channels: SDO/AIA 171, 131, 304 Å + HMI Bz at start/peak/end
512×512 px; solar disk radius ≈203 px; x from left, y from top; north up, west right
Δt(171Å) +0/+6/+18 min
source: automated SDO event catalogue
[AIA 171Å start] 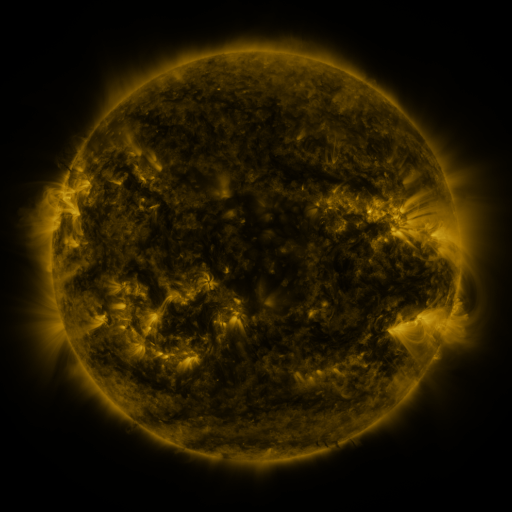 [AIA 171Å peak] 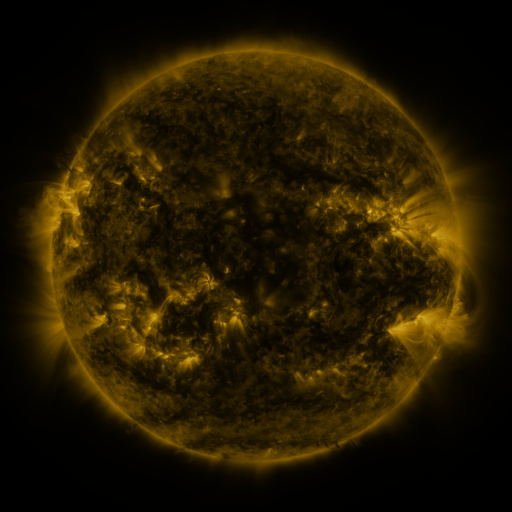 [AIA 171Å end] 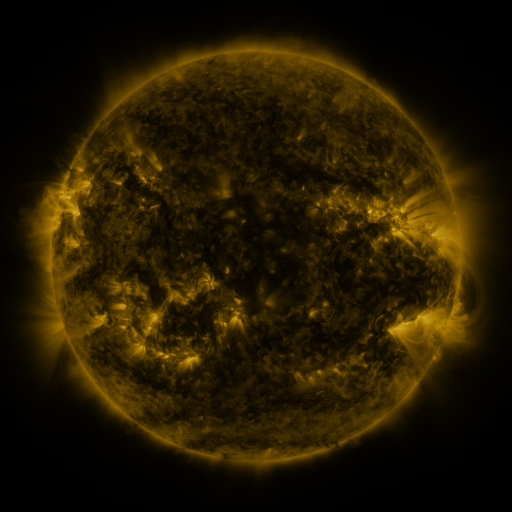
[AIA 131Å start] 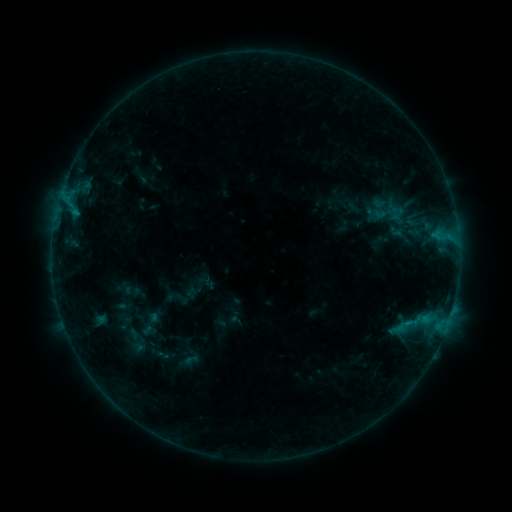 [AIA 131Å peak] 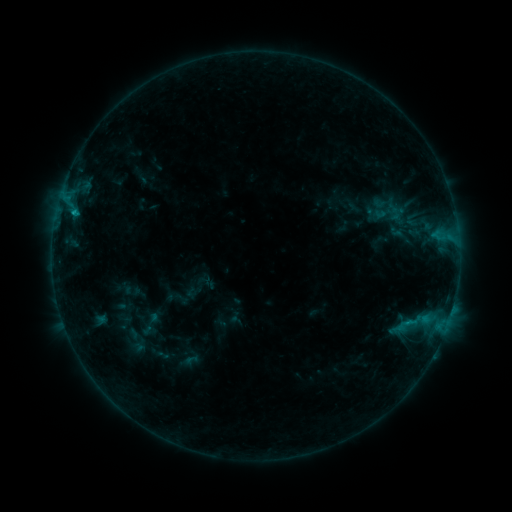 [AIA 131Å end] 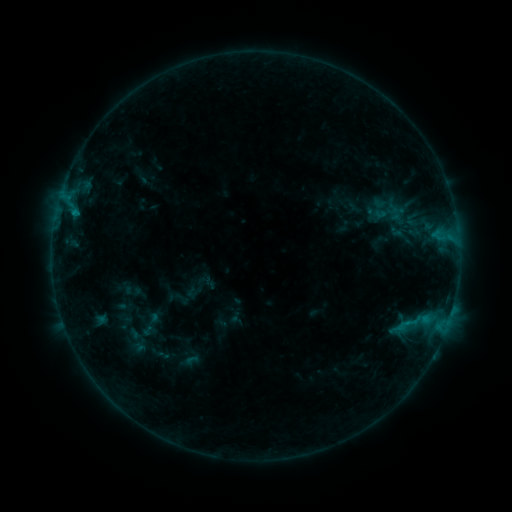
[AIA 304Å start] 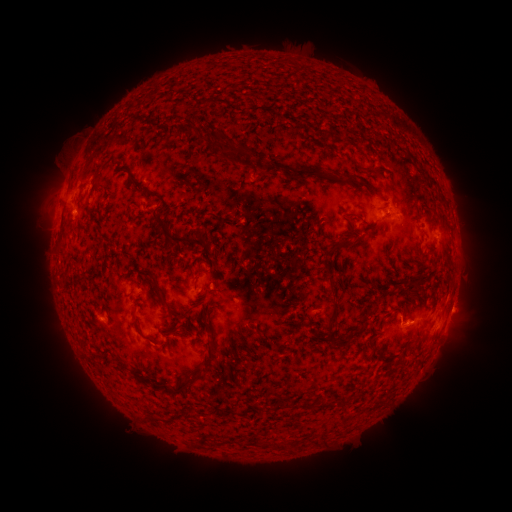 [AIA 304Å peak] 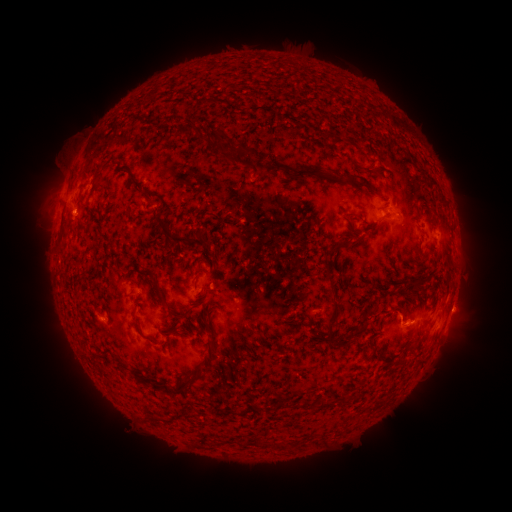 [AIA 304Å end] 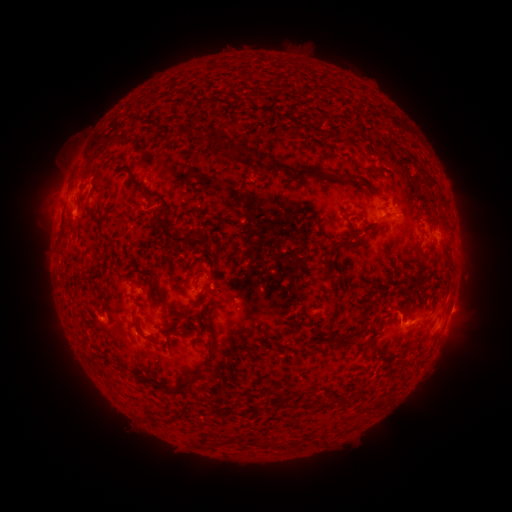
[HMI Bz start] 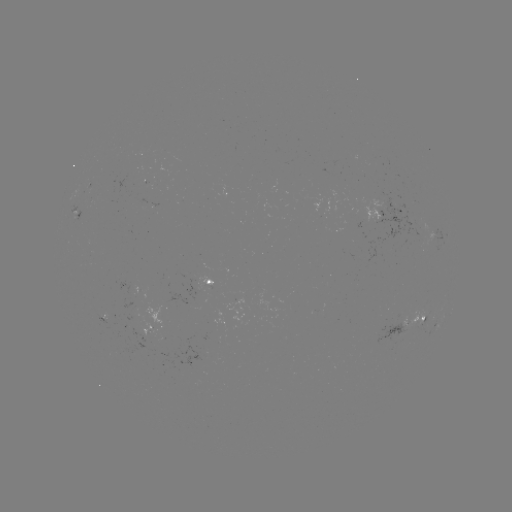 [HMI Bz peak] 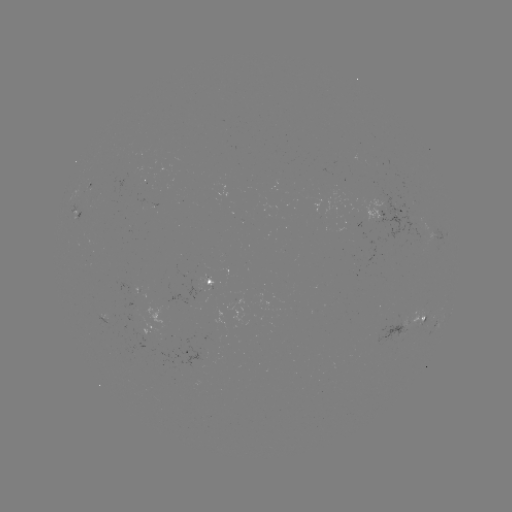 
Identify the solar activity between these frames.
B5.7 flare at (73, 215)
